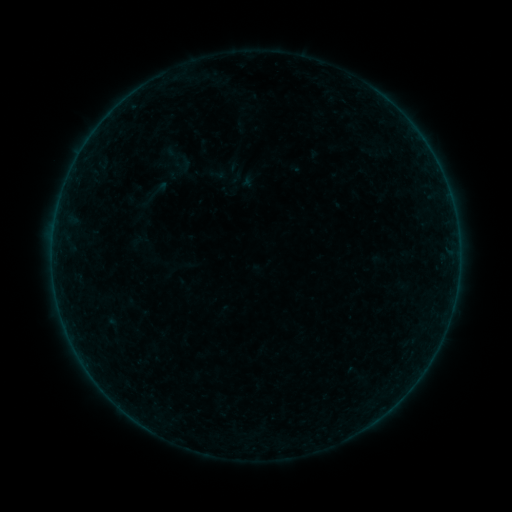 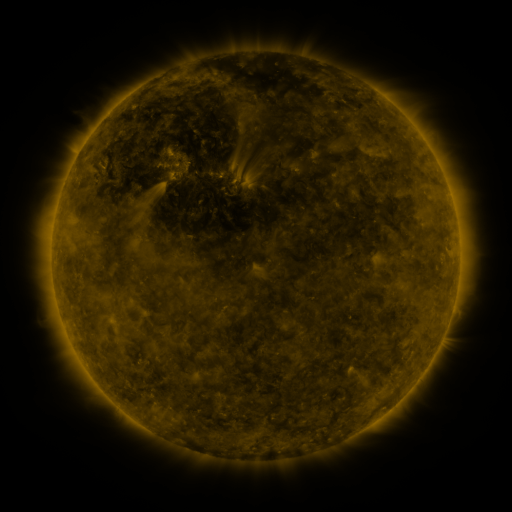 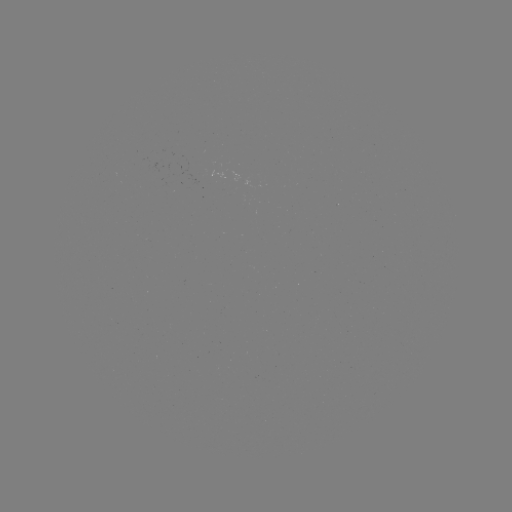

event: sigmoid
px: (217, 173)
